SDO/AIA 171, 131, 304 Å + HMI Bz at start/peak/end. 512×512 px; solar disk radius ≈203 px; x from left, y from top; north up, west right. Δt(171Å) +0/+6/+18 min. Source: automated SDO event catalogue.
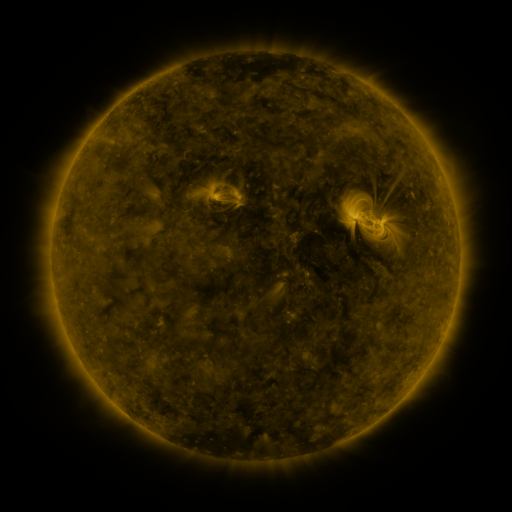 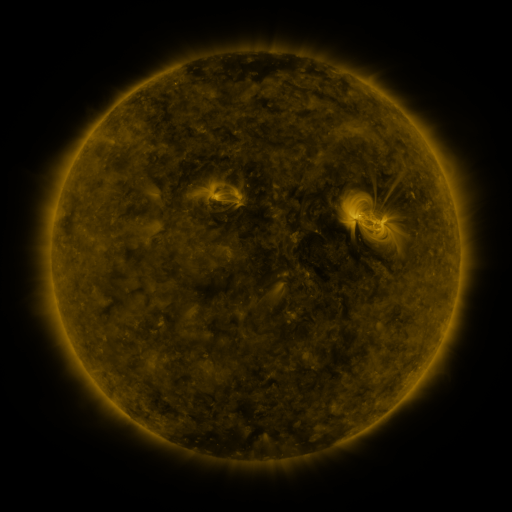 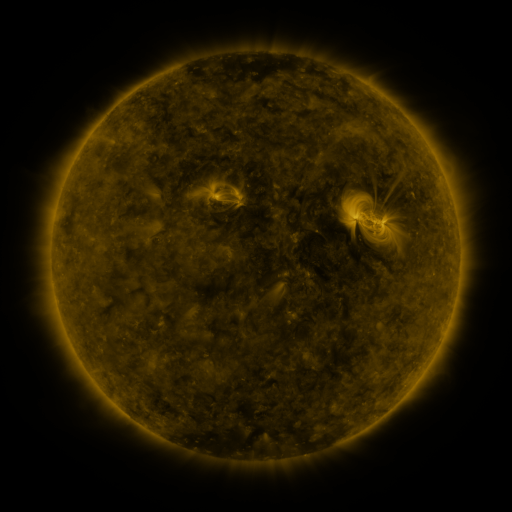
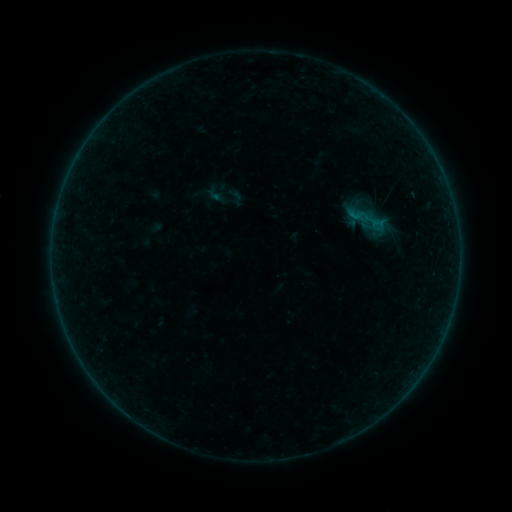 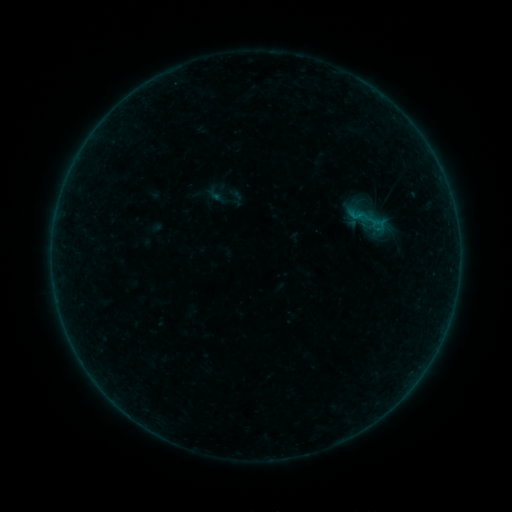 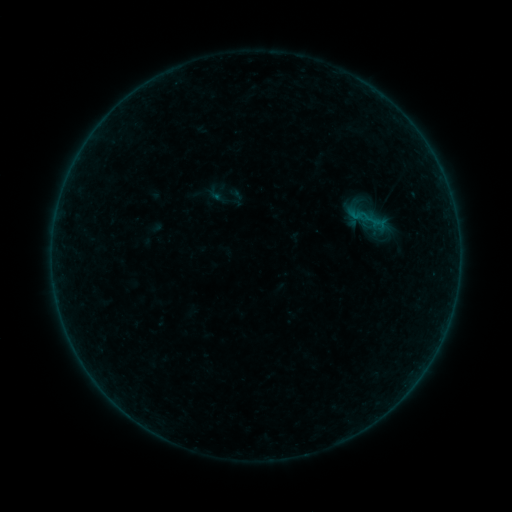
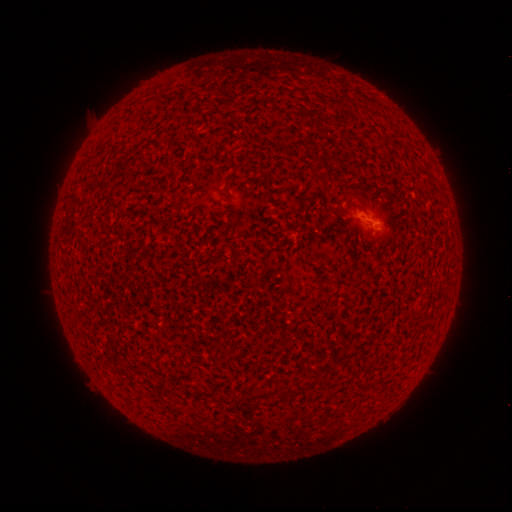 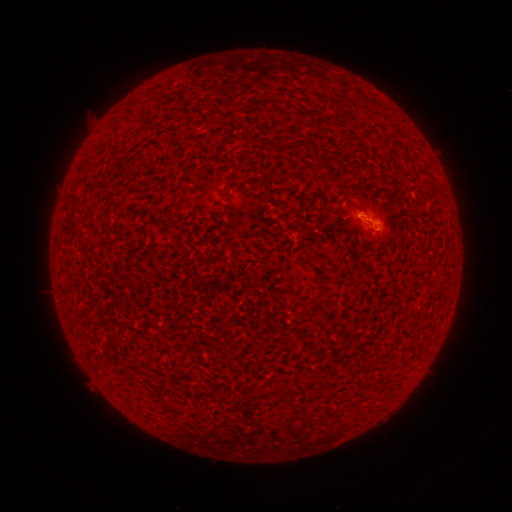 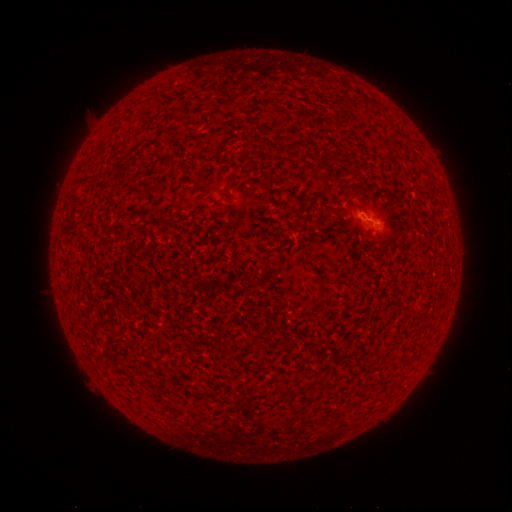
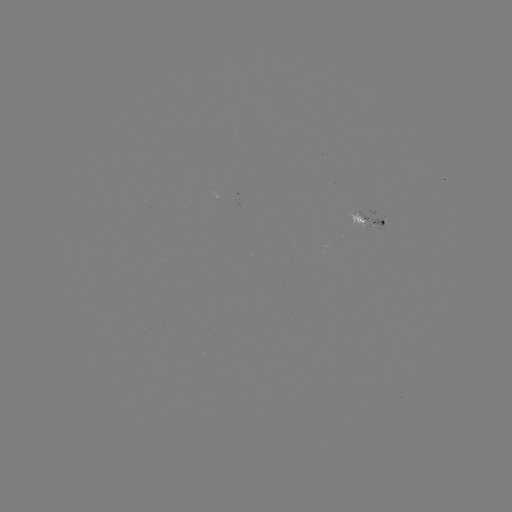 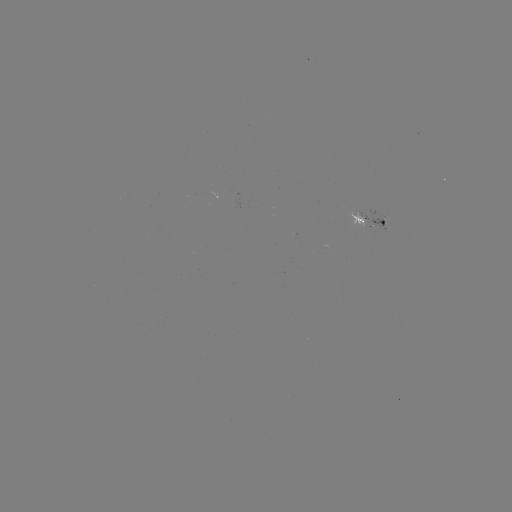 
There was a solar flare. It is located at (360, 217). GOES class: B1.1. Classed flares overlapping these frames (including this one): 1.